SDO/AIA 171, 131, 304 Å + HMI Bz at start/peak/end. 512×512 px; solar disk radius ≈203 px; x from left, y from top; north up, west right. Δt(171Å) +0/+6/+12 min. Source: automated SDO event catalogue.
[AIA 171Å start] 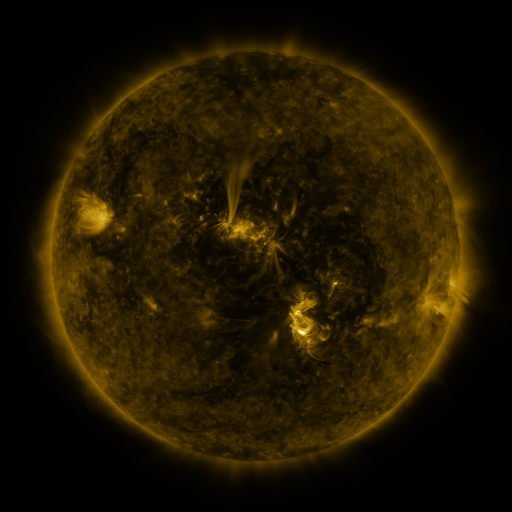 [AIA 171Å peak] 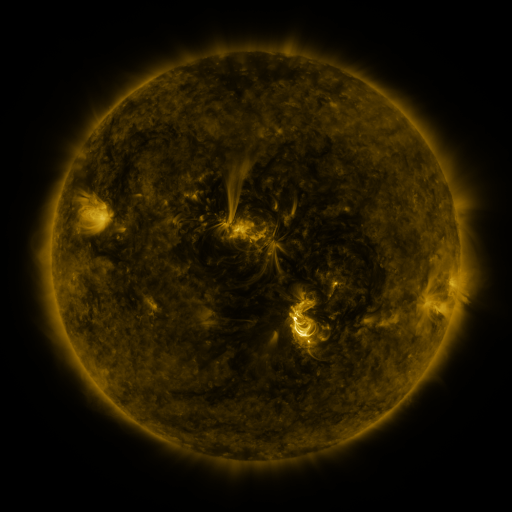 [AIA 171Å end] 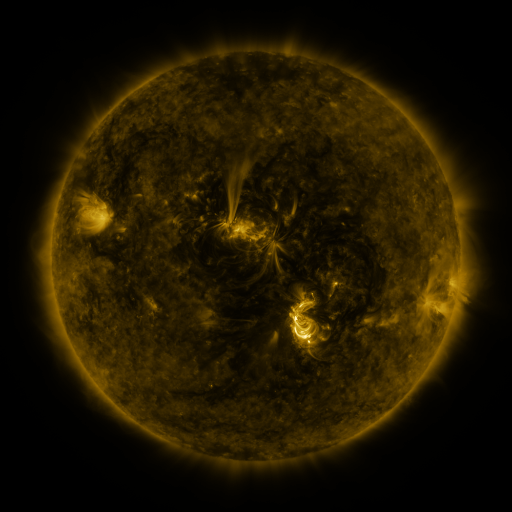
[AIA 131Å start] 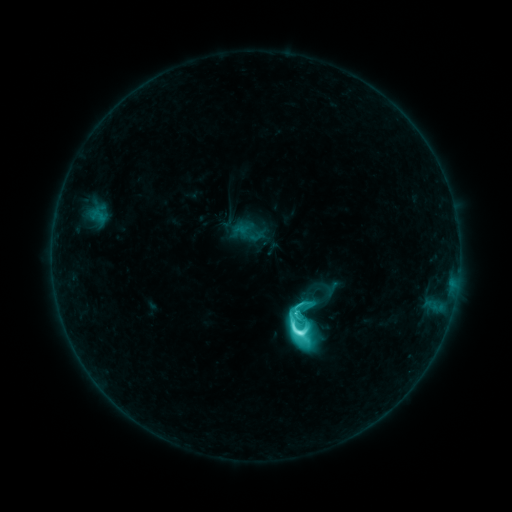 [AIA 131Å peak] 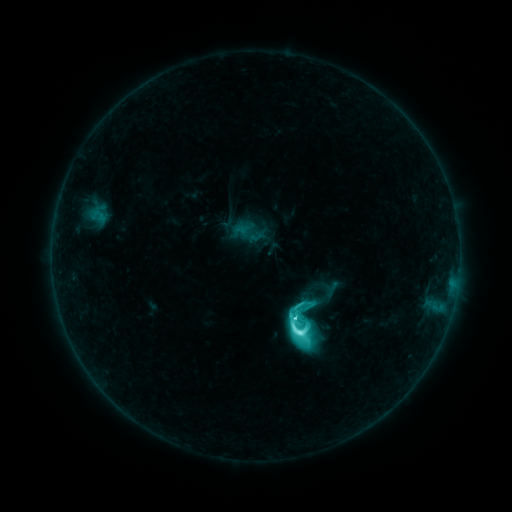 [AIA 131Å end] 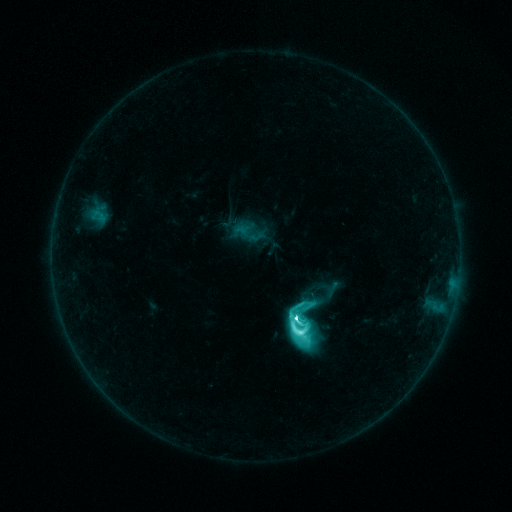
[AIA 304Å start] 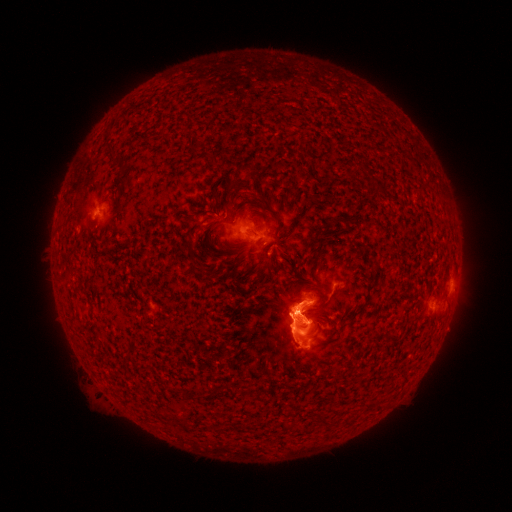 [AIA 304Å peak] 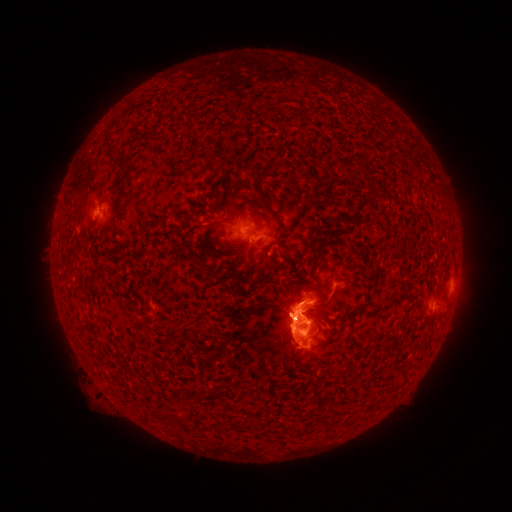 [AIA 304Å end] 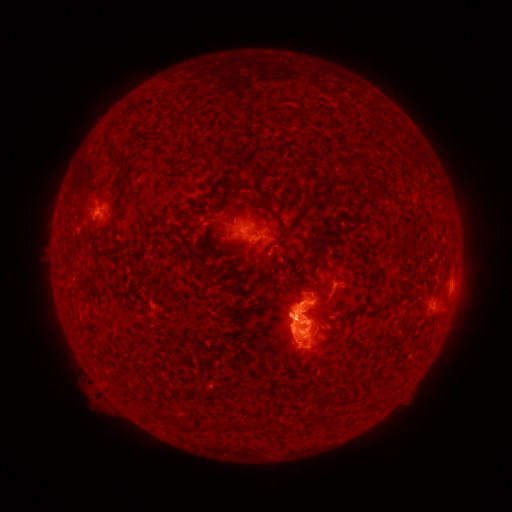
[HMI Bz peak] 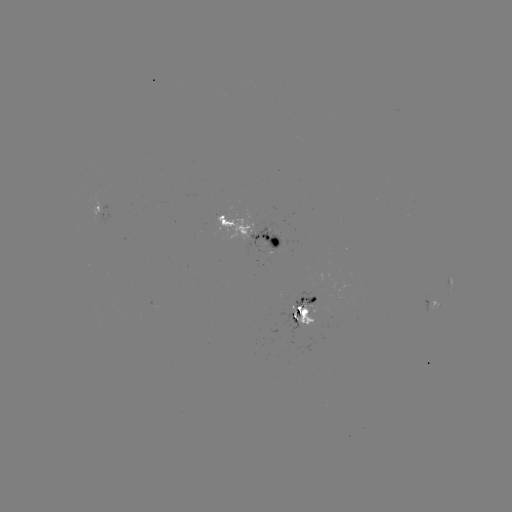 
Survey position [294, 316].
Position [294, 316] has M1.5 flare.